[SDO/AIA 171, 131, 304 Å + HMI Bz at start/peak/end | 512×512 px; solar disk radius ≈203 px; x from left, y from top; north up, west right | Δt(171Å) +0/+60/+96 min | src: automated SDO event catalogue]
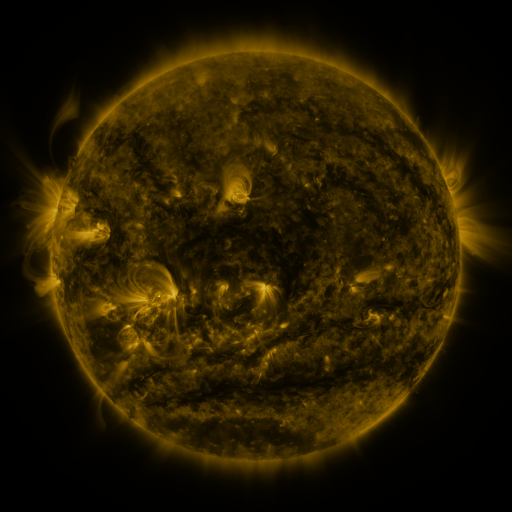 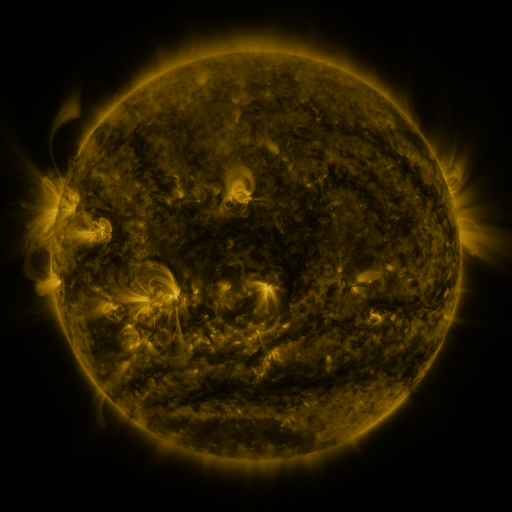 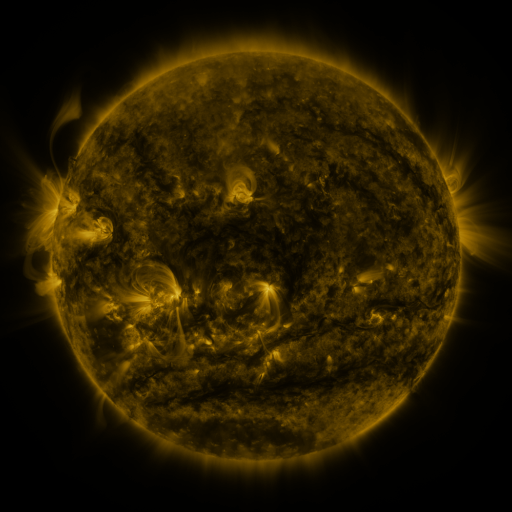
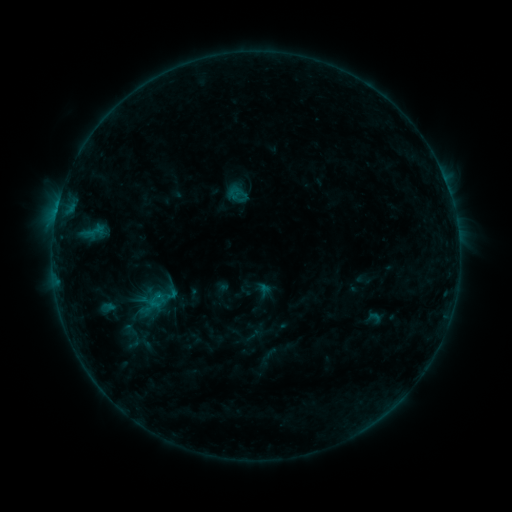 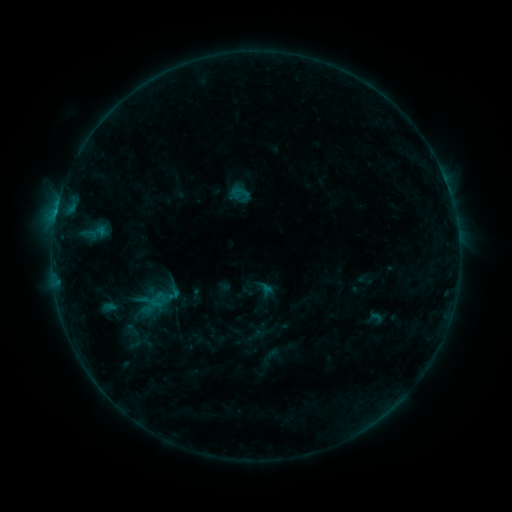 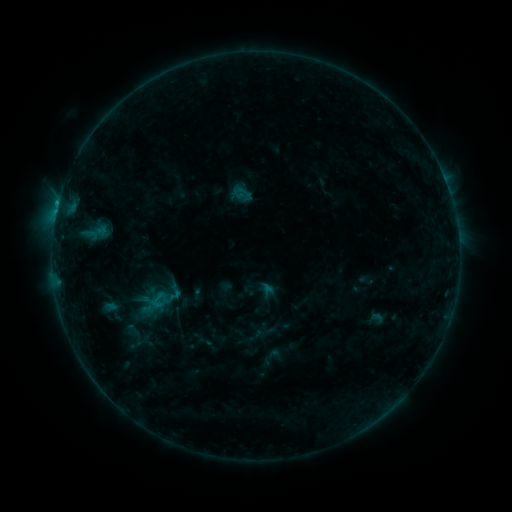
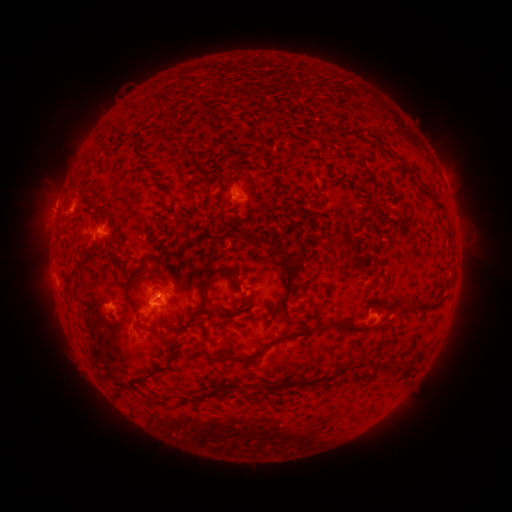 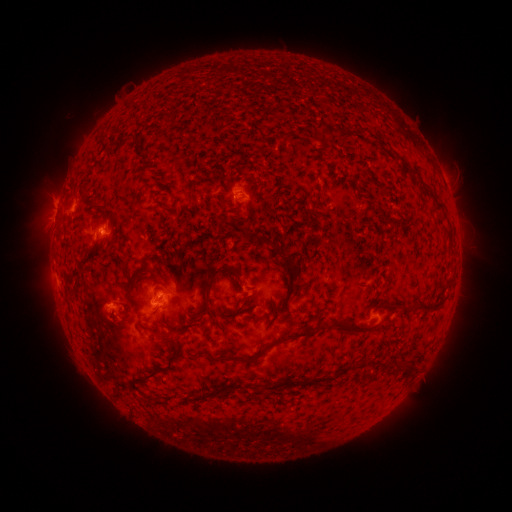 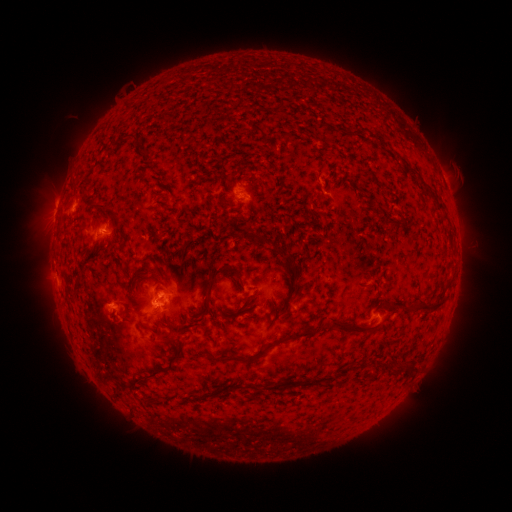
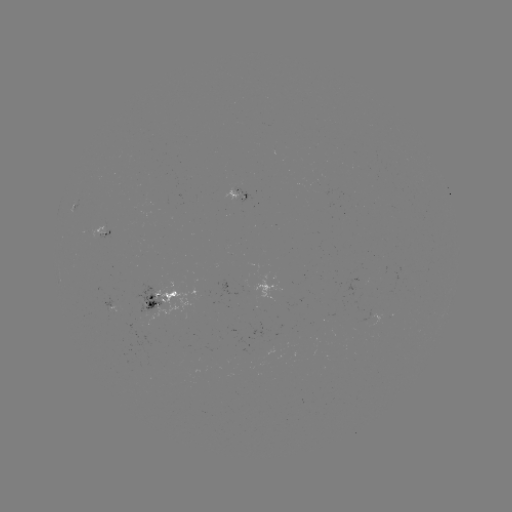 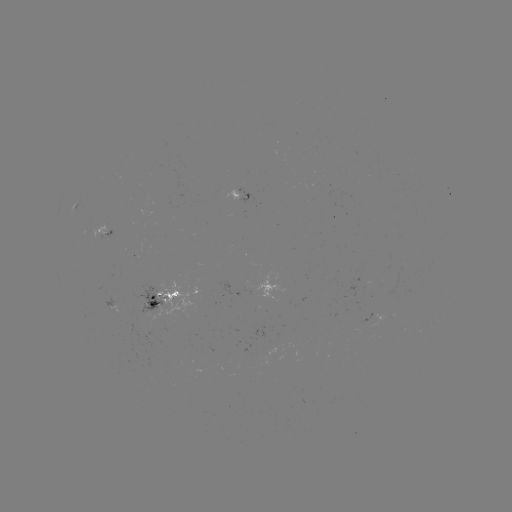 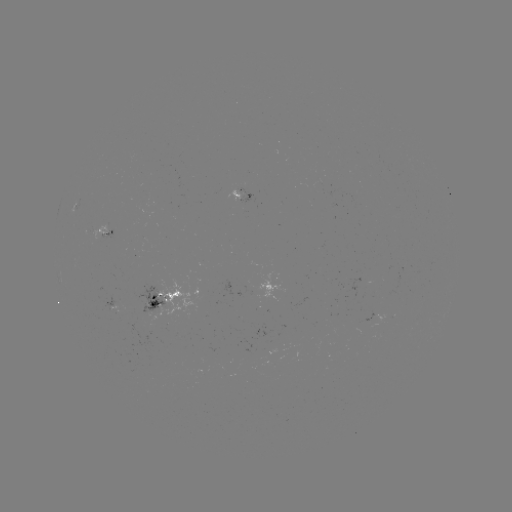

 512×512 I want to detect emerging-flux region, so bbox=[244, 274, 281, 298].